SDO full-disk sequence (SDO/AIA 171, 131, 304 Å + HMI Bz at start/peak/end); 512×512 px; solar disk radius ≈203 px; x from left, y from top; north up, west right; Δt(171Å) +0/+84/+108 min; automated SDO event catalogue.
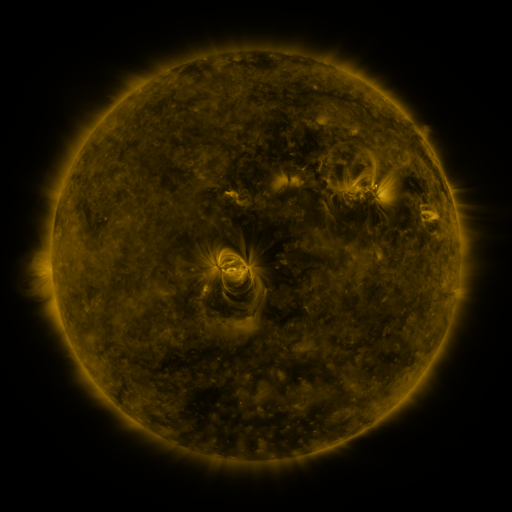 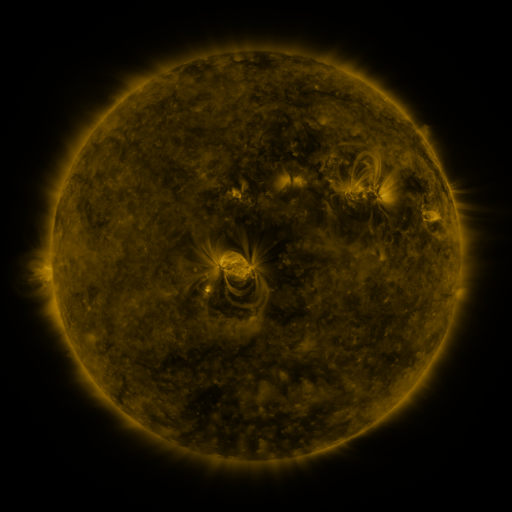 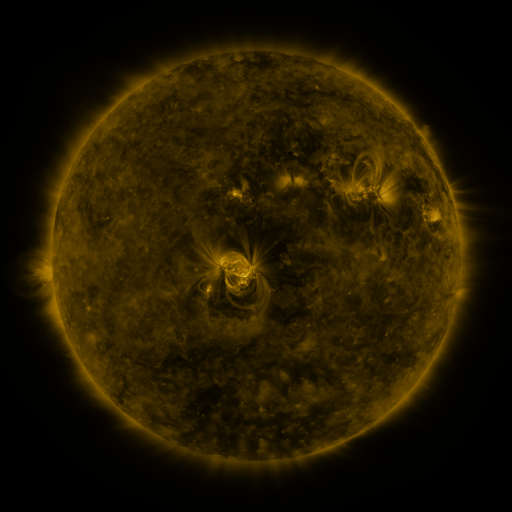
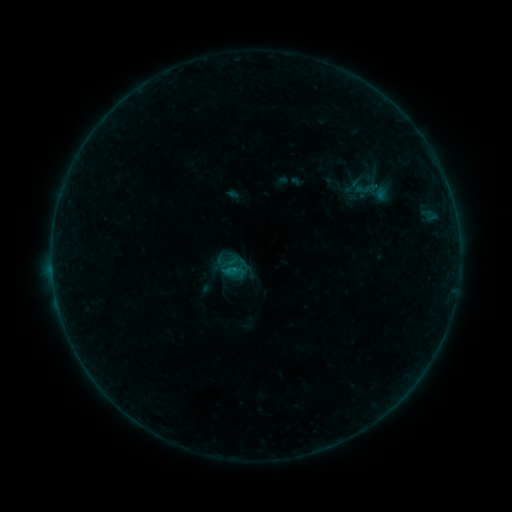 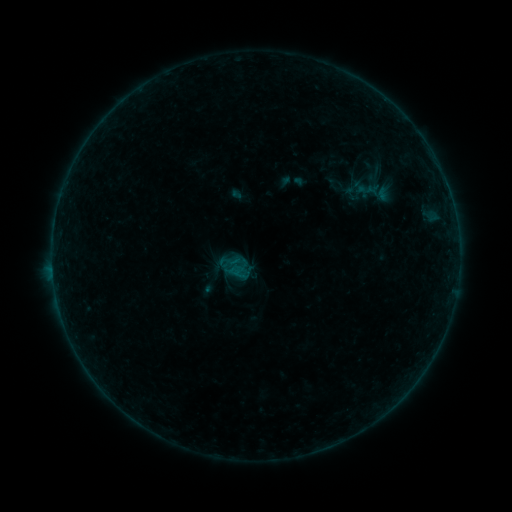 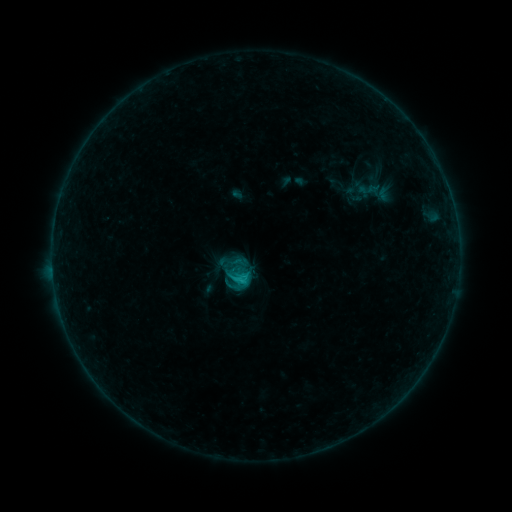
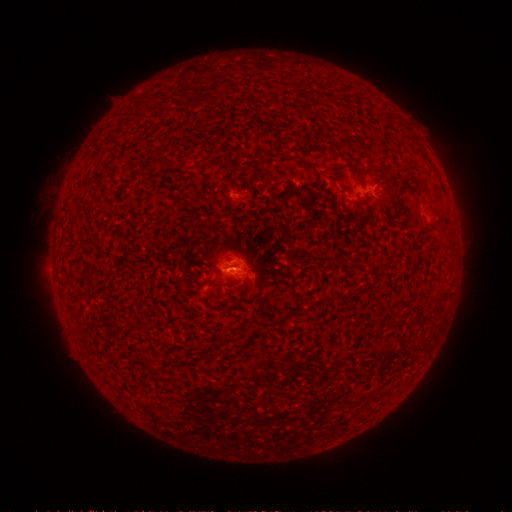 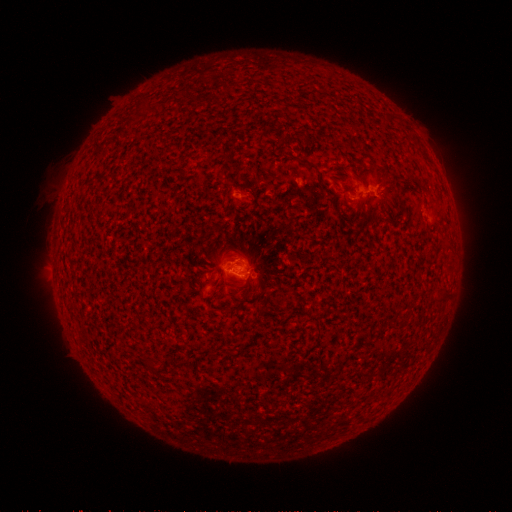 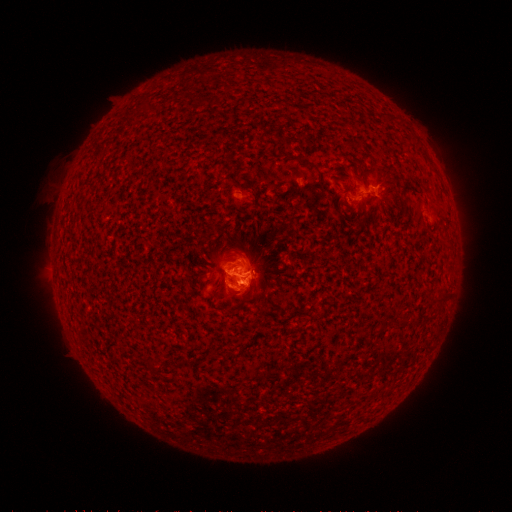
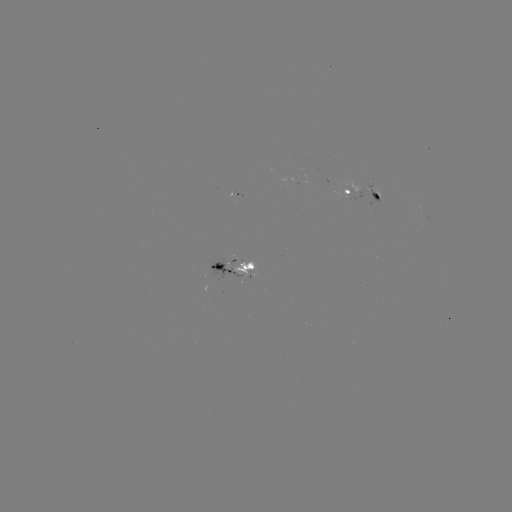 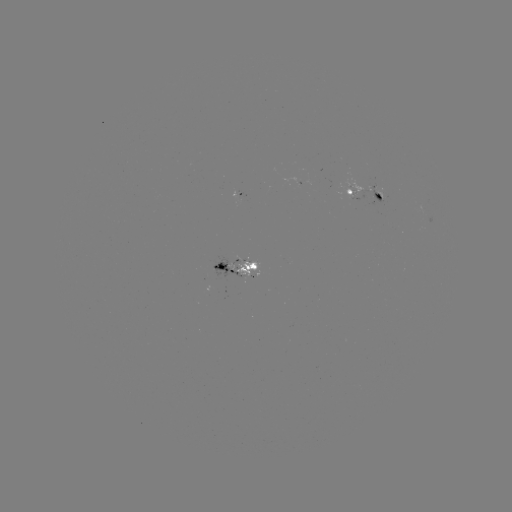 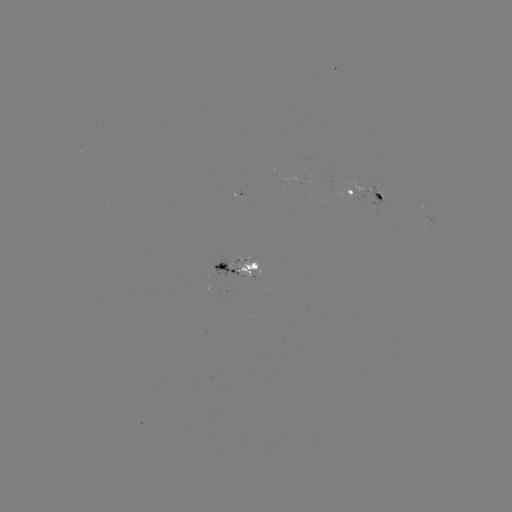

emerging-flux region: (233, 260, 261, 272)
